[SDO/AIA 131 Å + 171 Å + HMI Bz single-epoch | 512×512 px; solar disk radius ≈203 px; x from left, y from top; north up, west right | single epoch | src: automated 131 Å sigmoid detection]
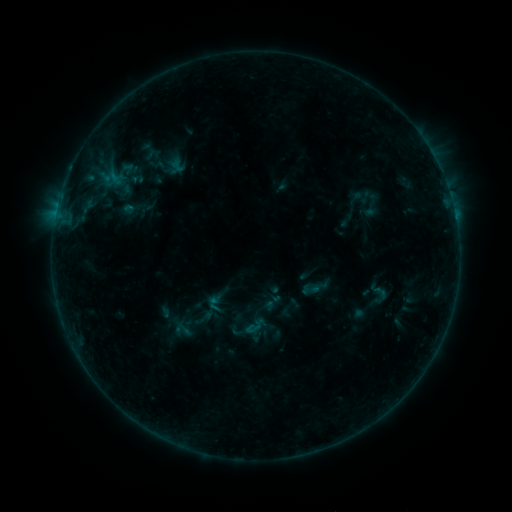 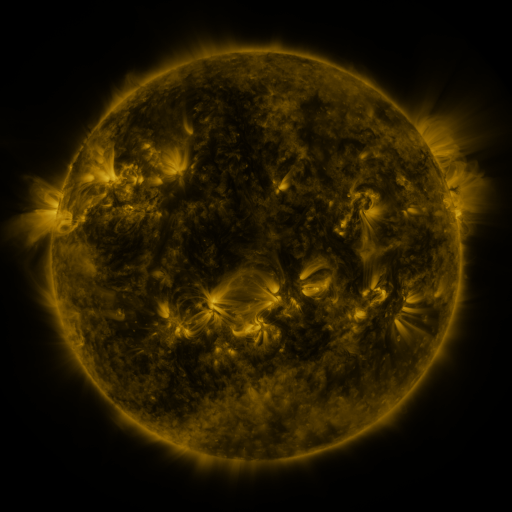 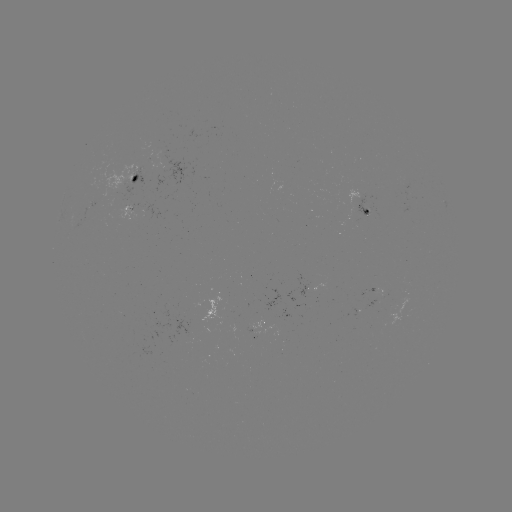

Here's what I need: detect sigmoid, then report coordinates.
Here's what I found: sigmoid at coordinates (311, 289).